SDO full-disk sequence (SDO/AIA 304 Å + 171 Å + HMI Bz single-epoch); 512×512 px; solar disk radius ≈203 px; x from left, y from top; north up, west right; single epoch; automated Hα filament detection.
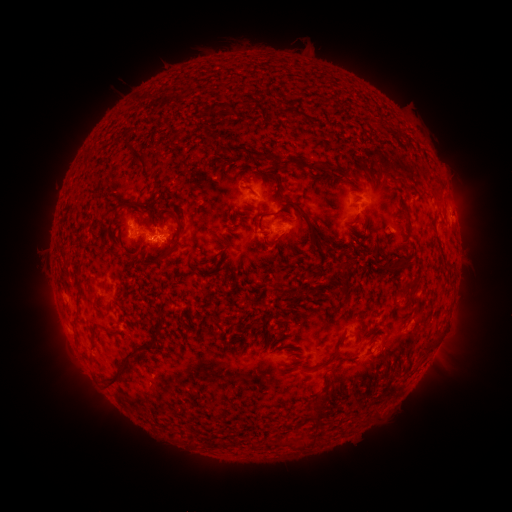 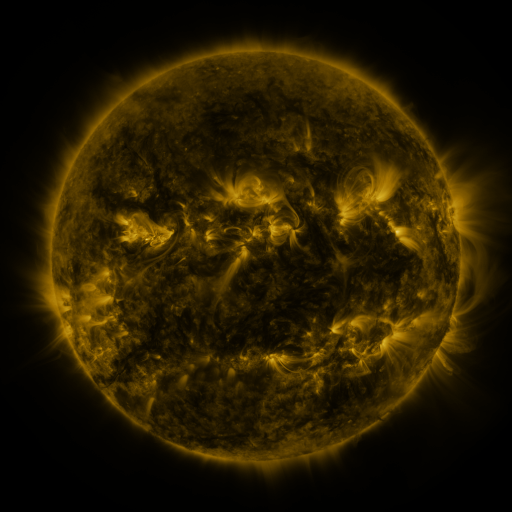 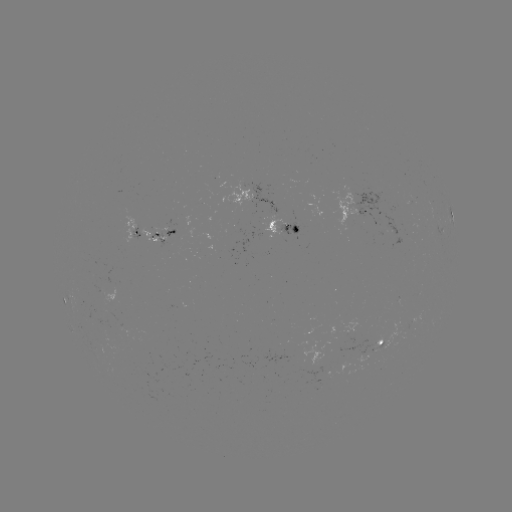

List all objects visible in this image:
filament: [213, 101, 239, 116]
filament: [202, 131, 215, 143]
filament: [123, 143, 159, 190]
filament: [222, 143, 273, 161]
filament: [281, 156, 304, 170]
filament: [307, 159, 319, 169]
filament: [336, 167, 345, 176]
filament: [271, 175, 280, 186]
filament: [348, 176, 356, 187]
filament: [284, 199, 316, 238]
filament: [123, 202, 139, 209]
filament: [403, 208, 411, 233]
filament: [151, 216, 183, 266]
filament: [266, 230, 285, 248]
filament: [356, 244, 365, 252]
filament: [371, 245, 380, 256]
filament: [376, 253, 410, 270]
filament: [395, 276, 419, 294]
filament: [272, 281, 285, 298]
filament: [77, 286, 83, 299]
filament: [290, 286, 298, 295]
filament: [98, 304, 114, 320]
filament: [282, 314, 291, 324]
filament: [126, 323, 165, 361]
filament: [103, 328, 118, 337]
filament: [91, 331, 97, 342]
filament: [318, 338, 343, 368]
filament: [103, 361, 130, 390]
filament: [311, 403, 327, 422]
filament: [248, 436, 259, 448]
filament: [219, 439, 228, 447]
